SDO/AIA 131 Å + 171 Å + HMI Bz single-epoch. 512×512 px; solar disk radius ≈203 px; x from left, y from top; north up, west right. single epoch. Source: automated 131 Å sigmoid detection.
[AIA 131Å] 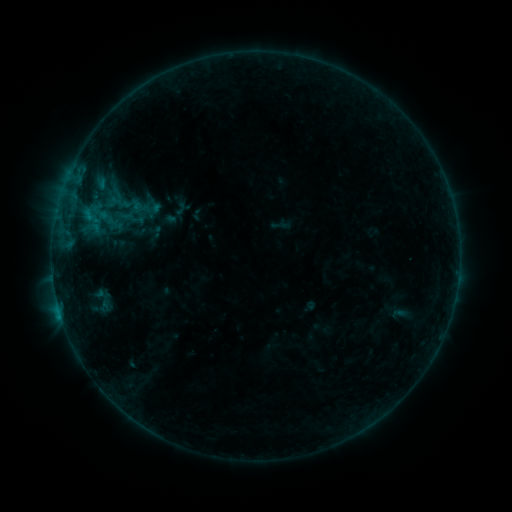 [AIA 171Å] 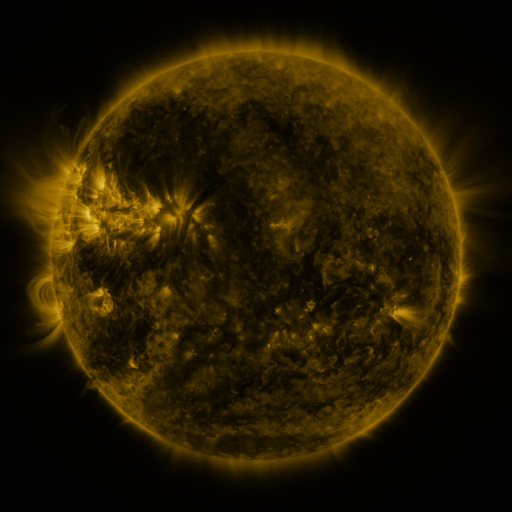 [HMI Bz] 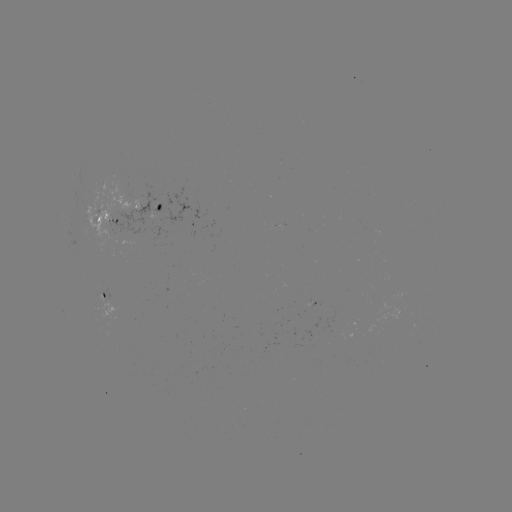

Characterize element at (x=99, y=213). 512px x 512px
sigmoid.